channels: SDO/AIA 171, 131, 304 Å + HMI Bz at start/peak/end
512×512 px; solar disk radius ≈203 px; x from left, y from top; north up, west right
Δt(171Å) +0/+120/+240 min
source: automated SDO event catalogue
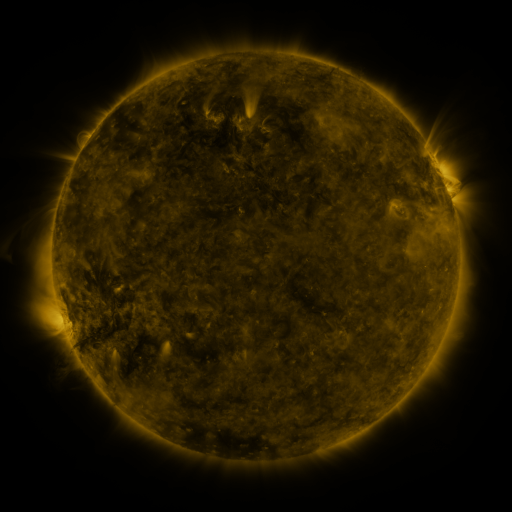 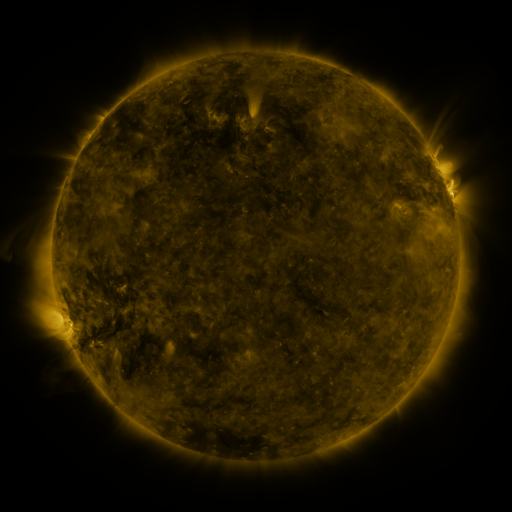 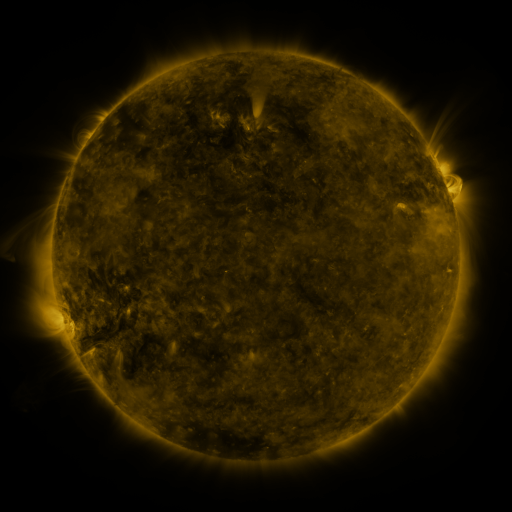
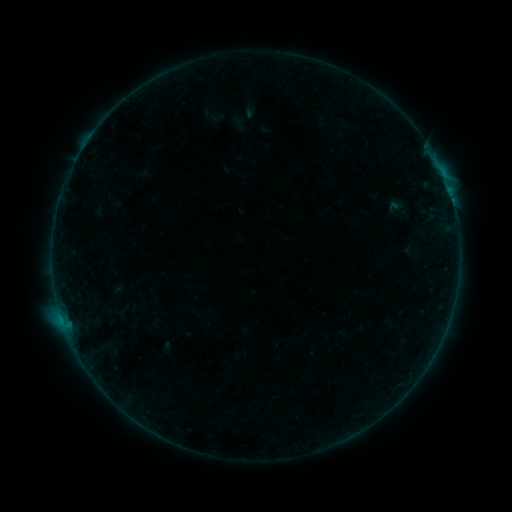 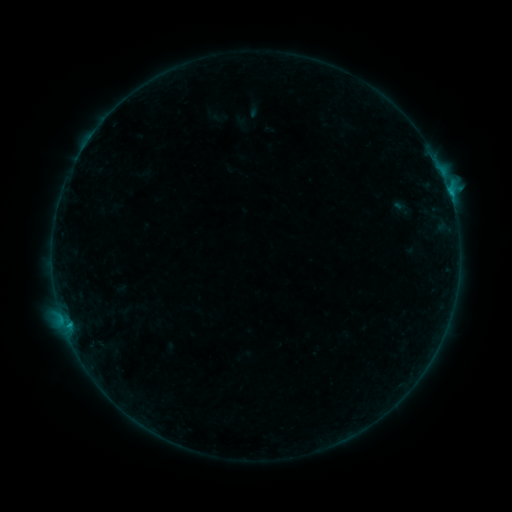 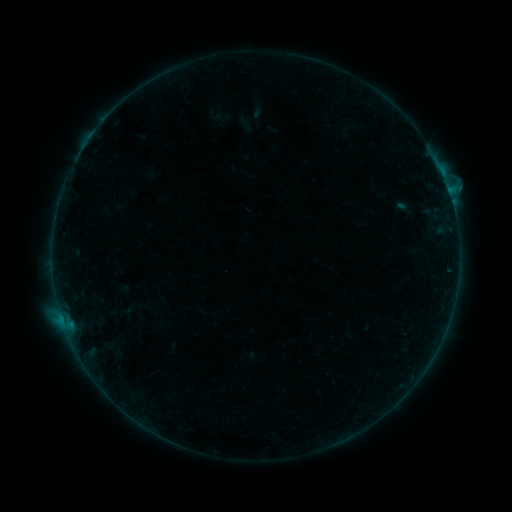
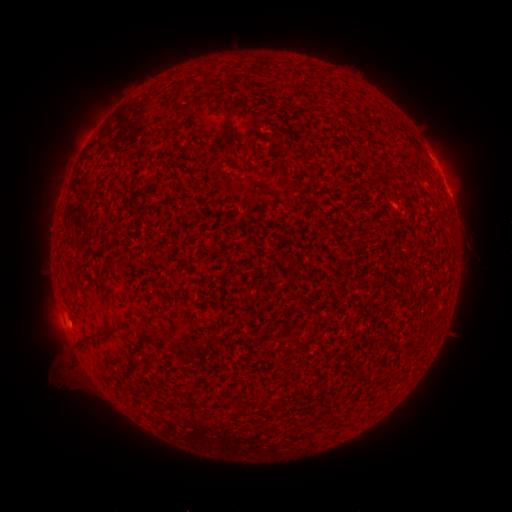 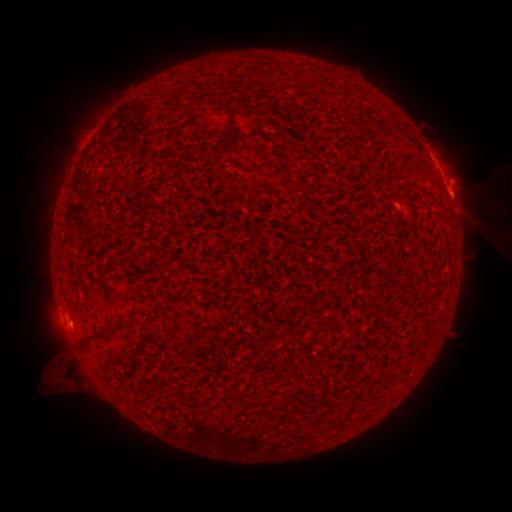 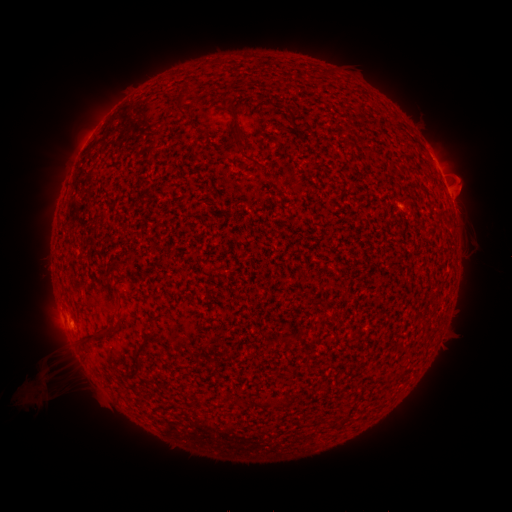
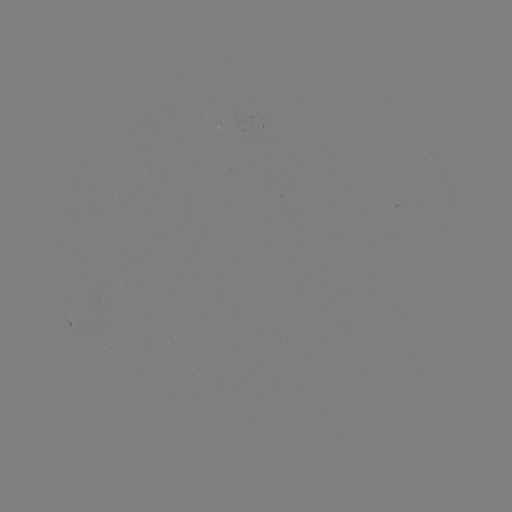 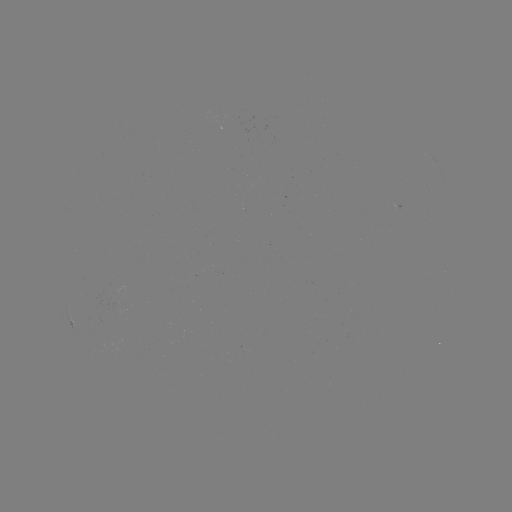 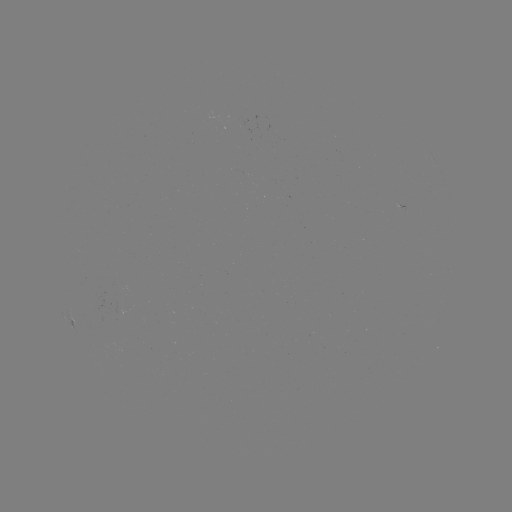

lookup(filament eruption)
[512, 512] [490, 191]